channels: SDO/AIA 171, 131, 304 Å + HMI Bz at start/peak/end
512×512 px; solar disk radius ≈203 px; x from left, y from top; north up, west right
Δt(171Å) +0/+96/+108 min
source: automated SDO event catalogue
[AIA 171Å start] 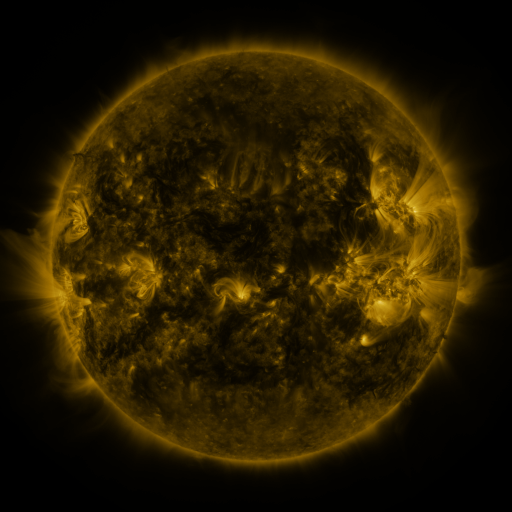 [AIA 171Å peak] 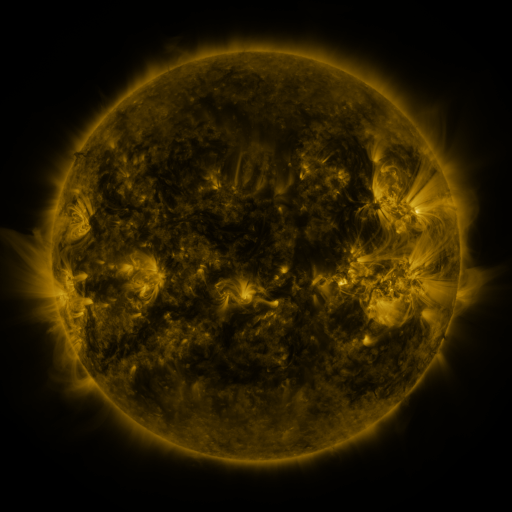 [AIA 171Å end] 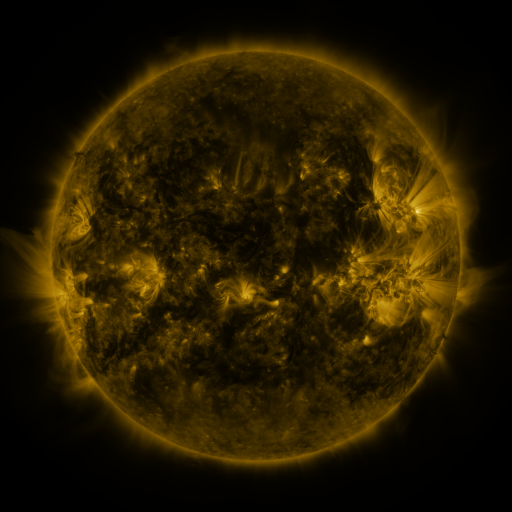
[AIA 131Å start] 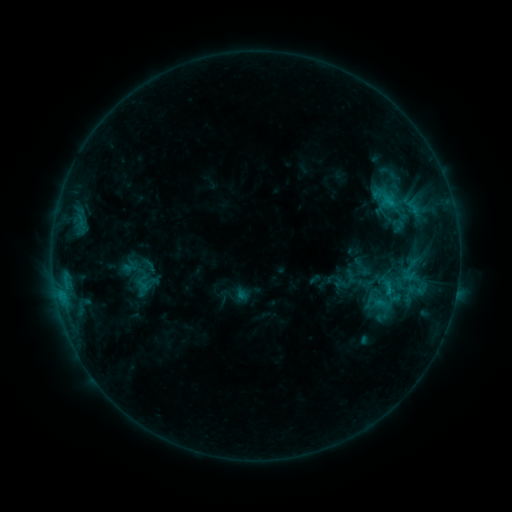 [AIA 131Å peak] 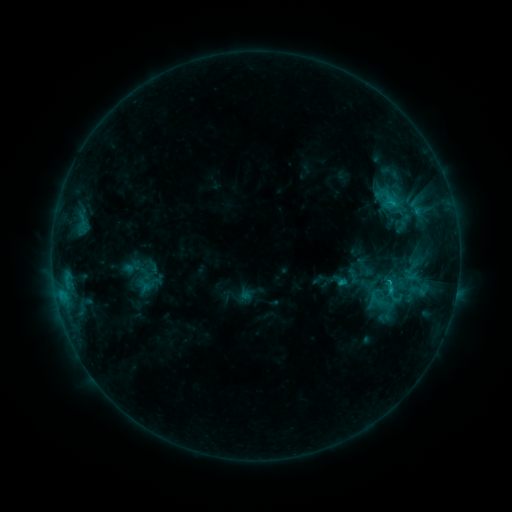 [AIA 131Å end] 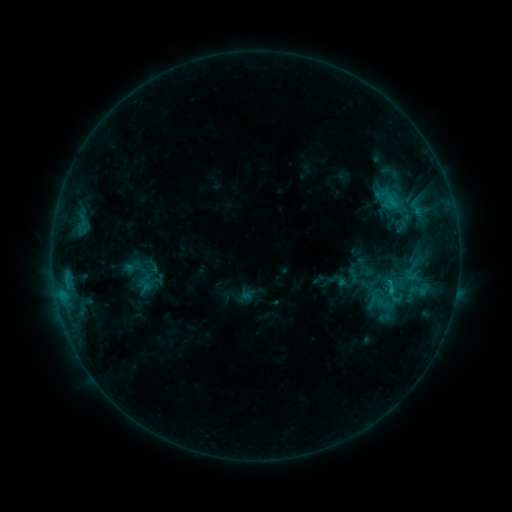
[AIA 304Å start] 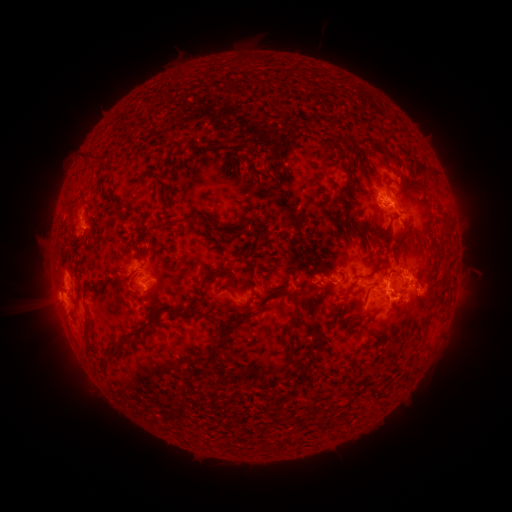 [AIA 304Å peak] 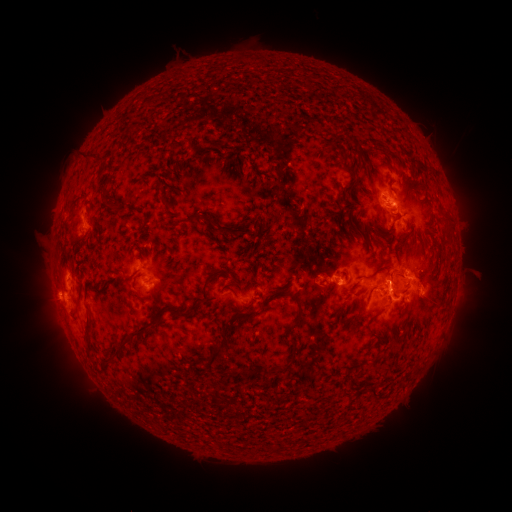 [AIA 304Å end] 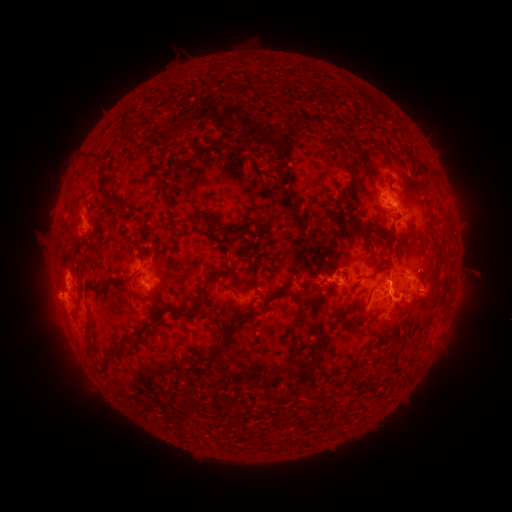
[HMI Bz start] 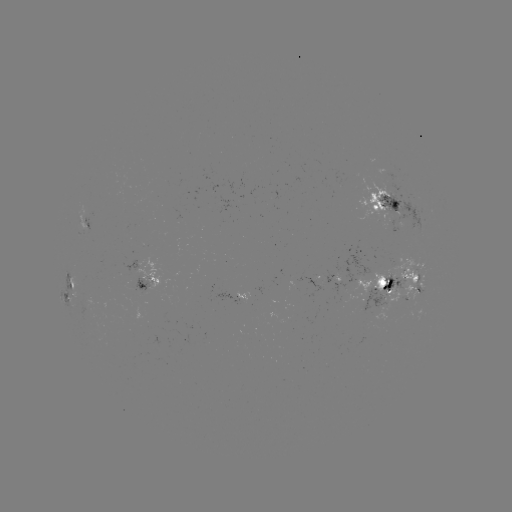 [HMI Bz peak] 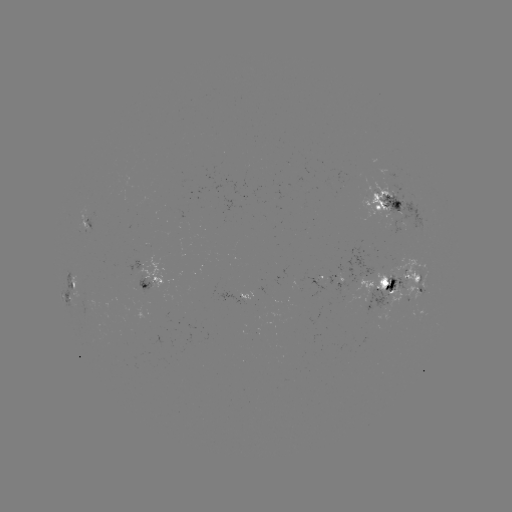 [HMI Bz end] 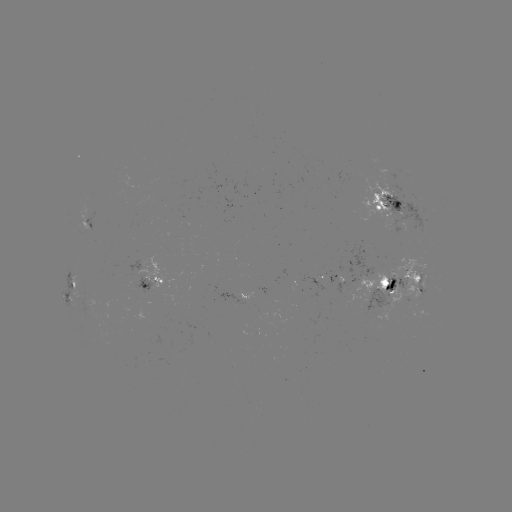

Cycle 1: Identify emerging-flux region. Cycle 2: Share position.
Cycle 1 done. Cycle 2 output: [383, 290].